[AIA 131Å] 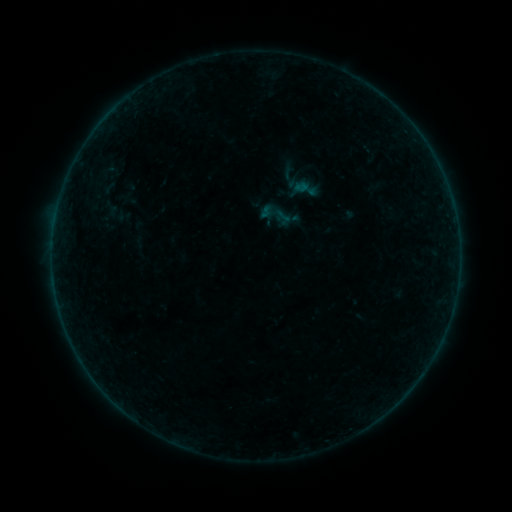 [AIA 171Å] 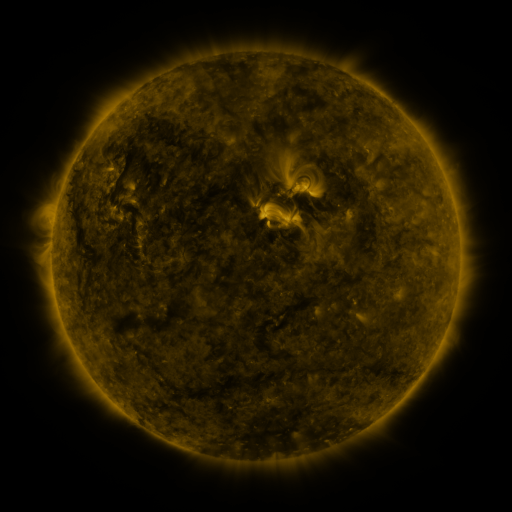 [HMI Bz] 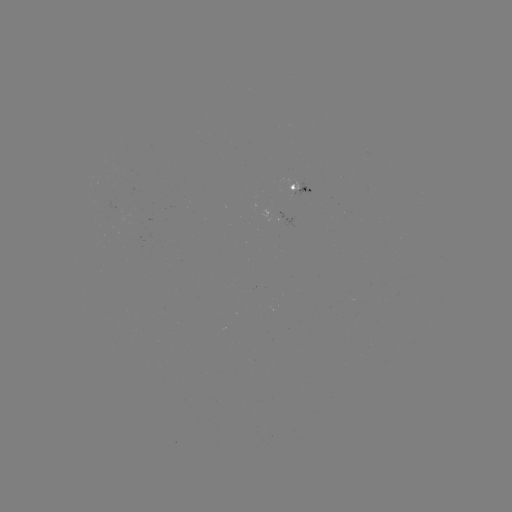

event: sigmoid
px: (277, 215)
